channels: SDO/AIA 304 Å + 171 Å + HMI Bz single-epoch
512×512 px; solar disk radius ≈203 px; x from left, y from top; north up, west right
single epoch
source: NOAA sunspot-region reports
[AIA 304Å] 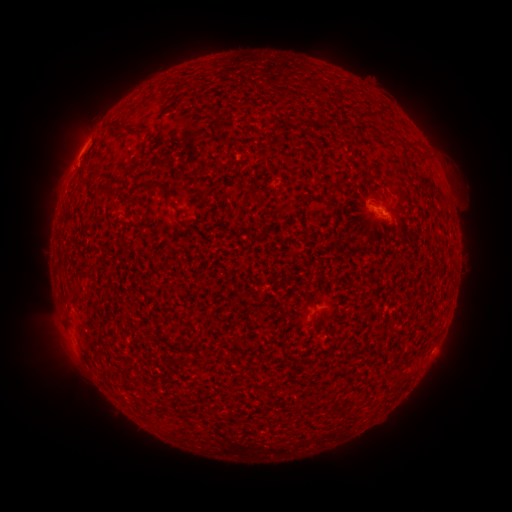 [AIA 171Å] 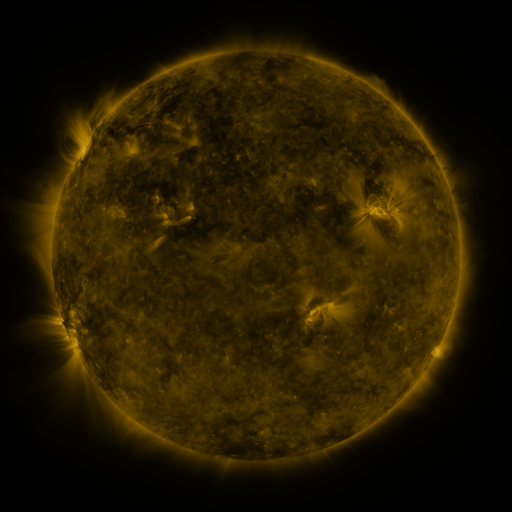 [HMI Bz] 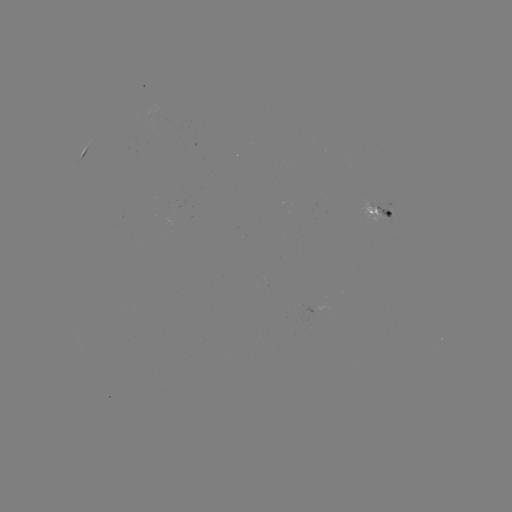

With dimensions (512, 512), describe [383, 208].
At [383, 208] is spotted active region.